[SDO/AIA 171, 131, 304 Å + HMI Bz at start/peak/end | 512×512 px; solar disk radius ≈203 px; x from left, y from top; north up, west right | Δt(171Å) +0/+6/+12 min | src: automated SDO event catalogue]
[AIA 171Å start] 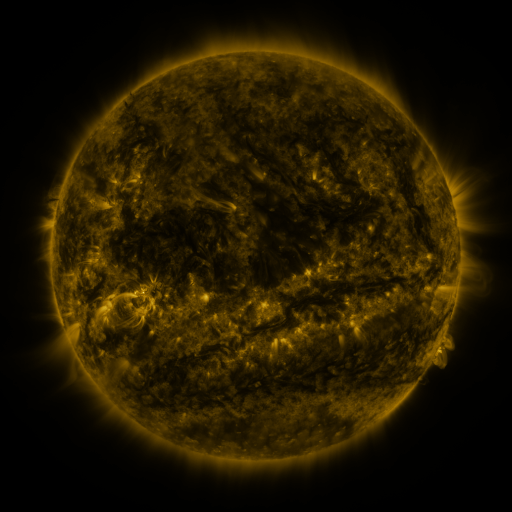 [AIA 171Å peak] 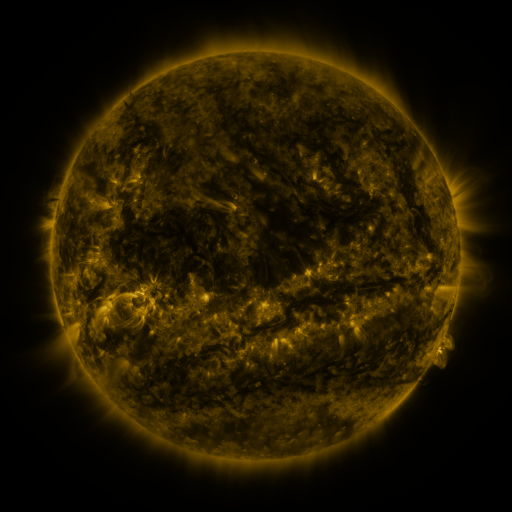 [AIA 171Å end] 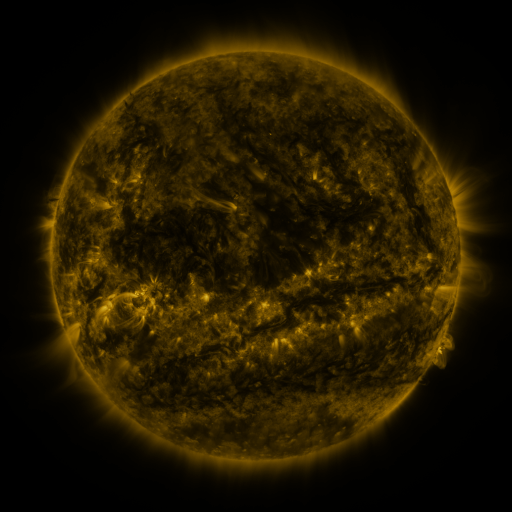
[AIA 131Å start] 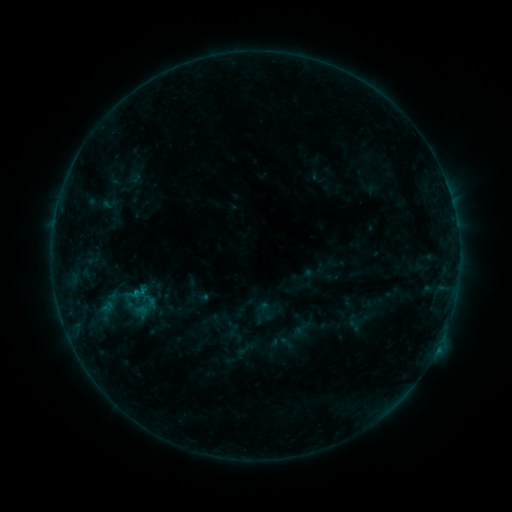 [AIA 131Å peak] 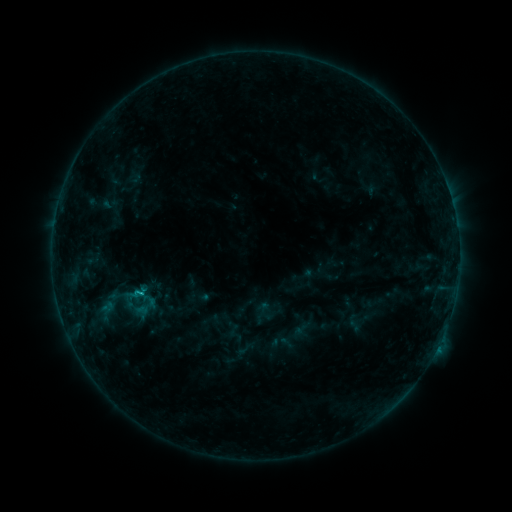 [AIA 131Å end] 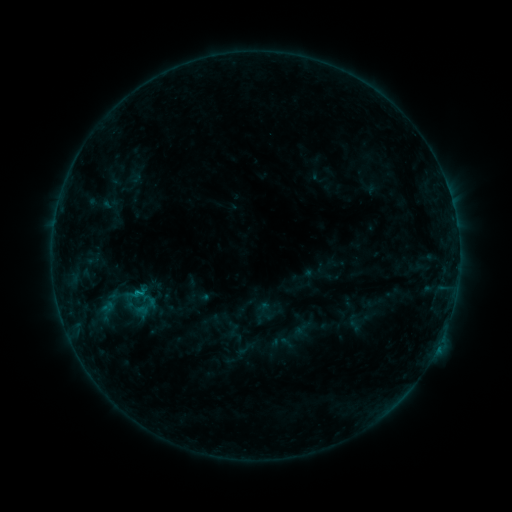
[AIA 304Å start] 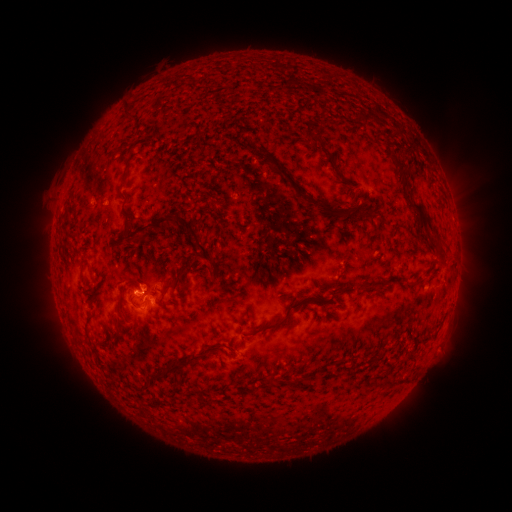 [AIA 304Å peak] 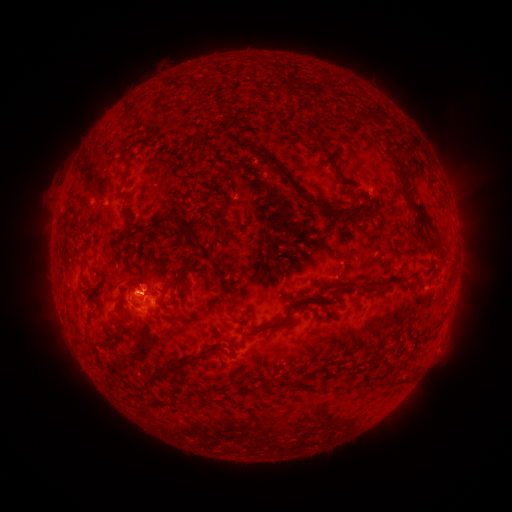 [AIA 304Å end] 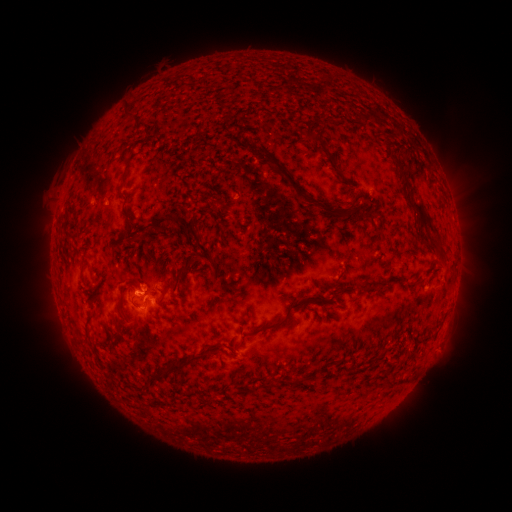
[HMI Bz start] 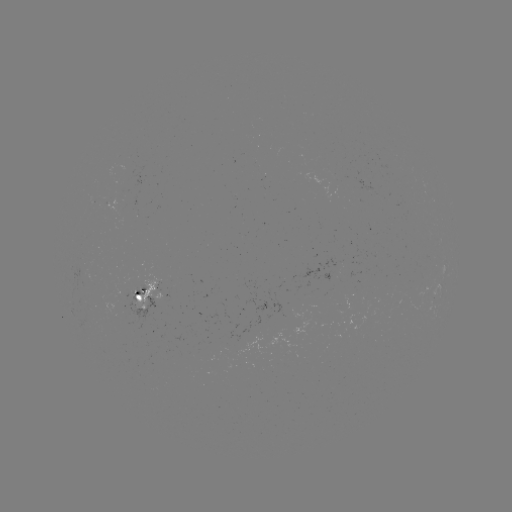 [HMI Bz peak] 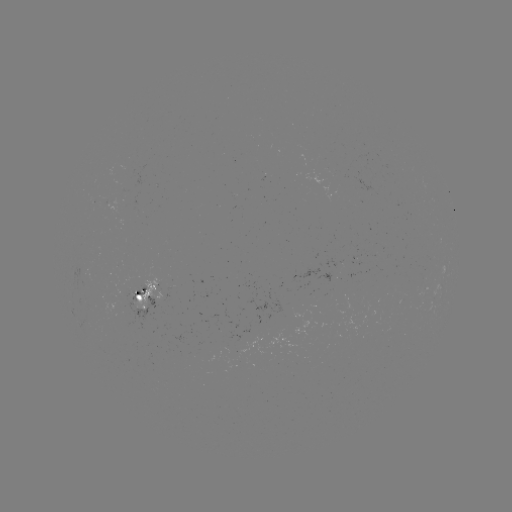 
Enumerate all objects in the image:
B8.0 flare: (143, 291)
